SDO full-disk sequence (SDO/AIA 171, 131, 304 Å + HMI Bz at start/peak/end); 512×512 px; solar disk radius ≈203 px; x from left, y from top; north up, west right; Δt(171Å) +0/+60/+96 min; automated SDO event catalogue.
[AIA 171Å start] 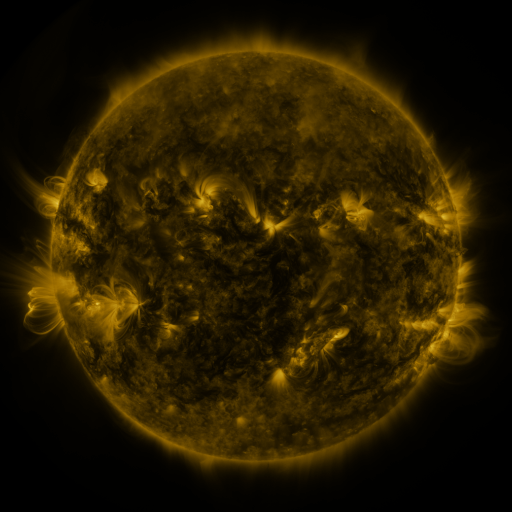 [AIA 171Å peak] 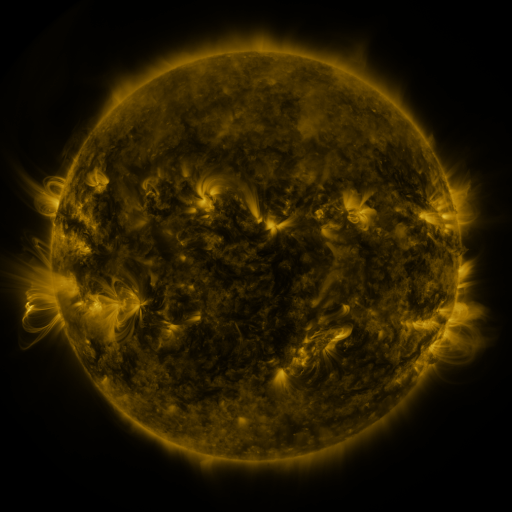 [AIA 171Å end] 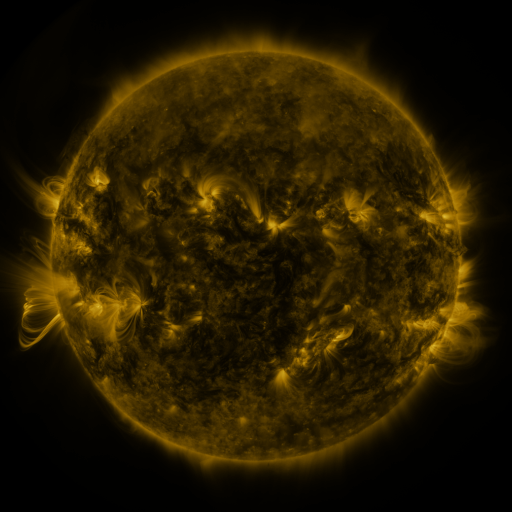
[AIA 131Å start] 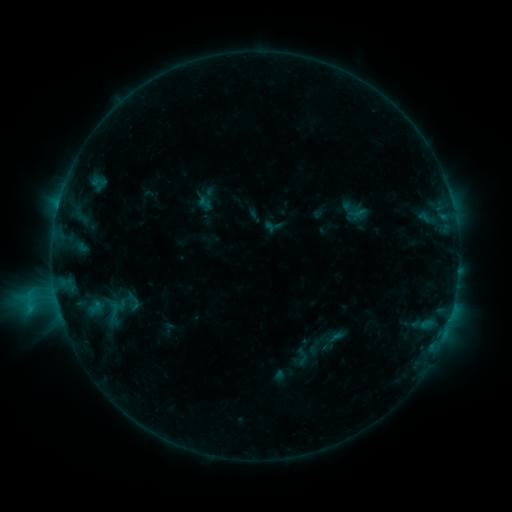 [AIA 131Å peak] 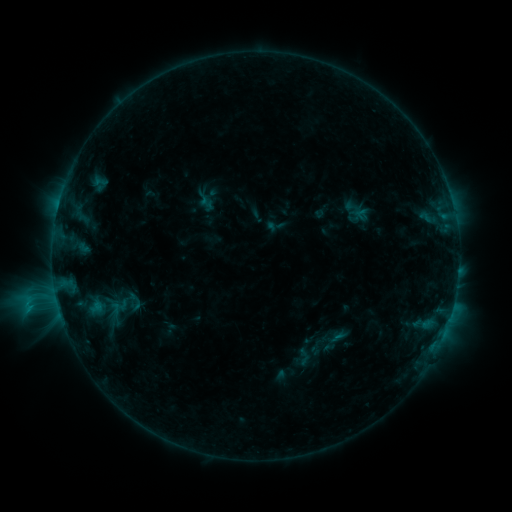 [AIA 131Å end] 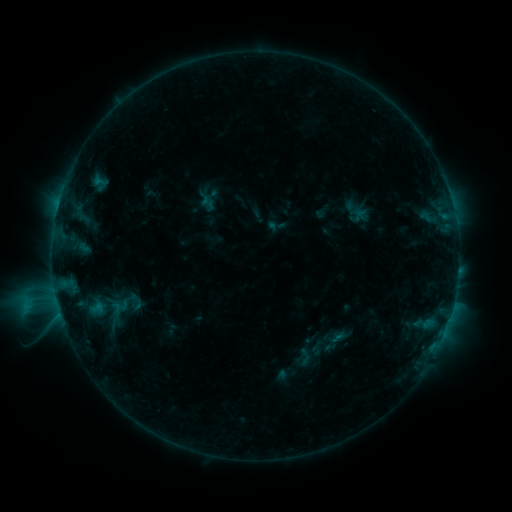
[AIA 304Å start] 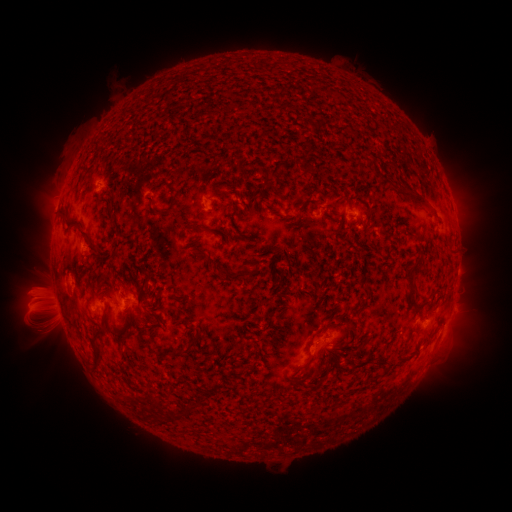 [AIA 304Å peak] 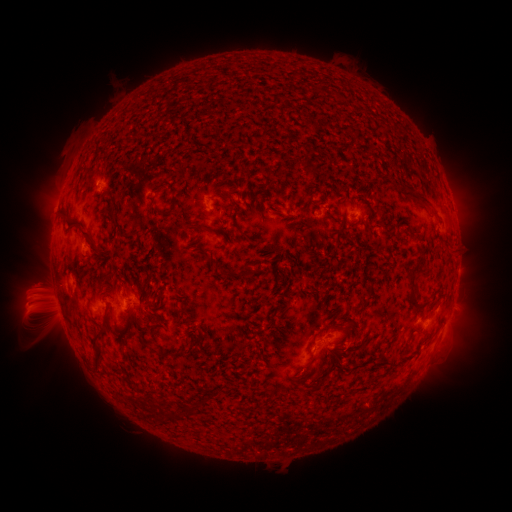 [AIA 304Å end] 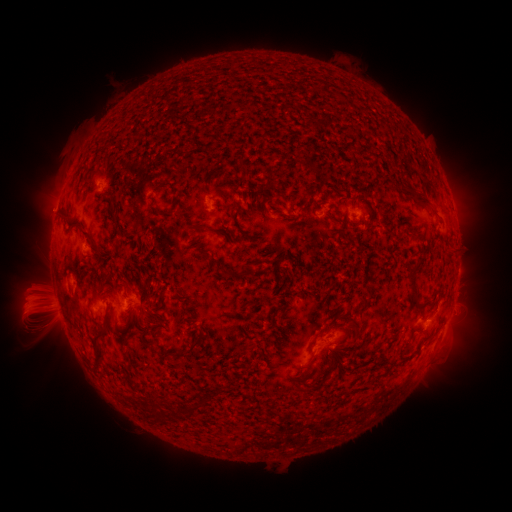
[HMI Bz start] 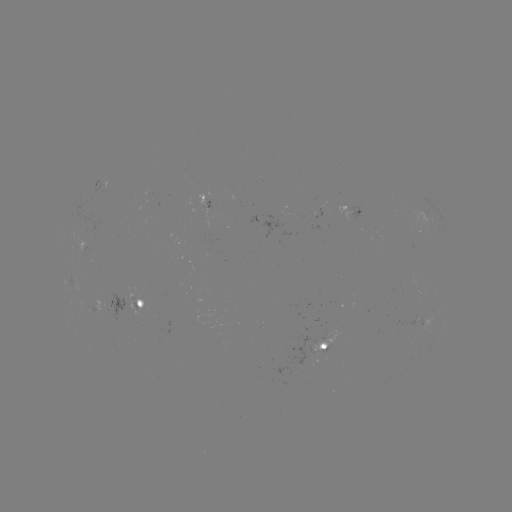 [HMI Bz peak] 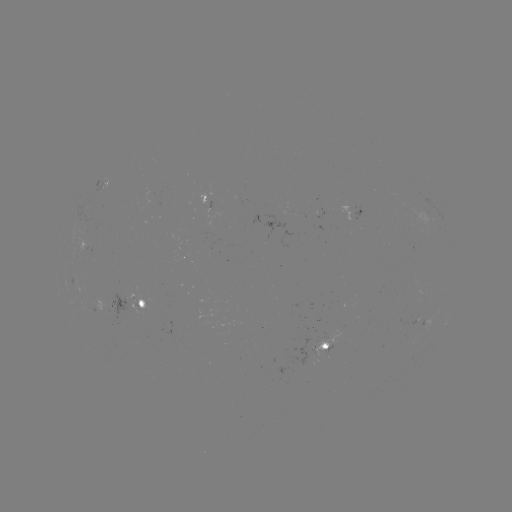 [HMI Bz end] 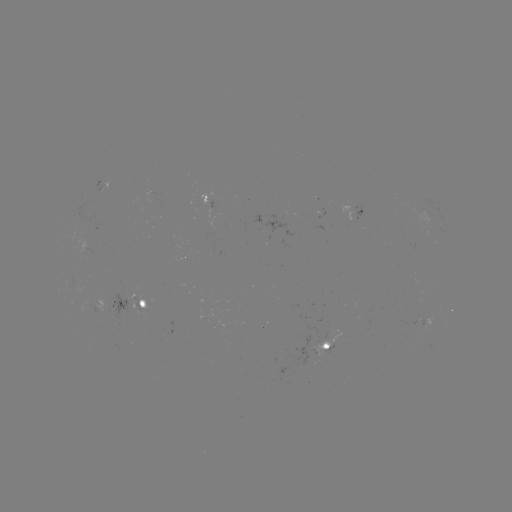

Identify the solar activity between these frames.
emerging-flux region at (318, 336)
